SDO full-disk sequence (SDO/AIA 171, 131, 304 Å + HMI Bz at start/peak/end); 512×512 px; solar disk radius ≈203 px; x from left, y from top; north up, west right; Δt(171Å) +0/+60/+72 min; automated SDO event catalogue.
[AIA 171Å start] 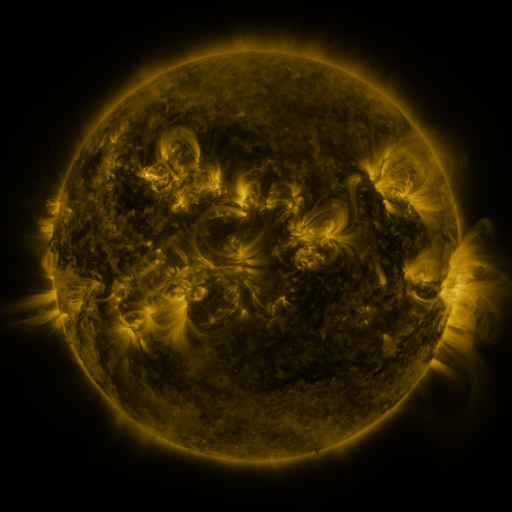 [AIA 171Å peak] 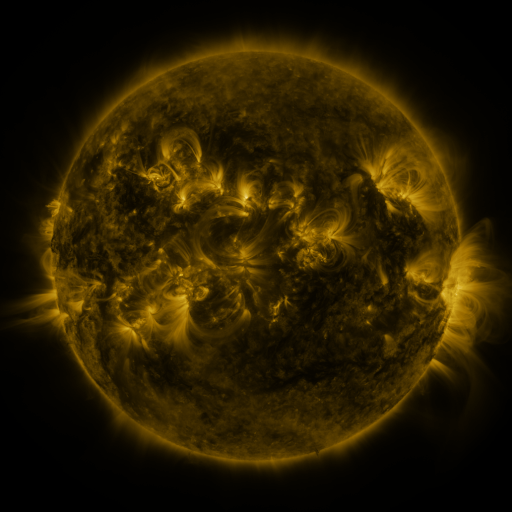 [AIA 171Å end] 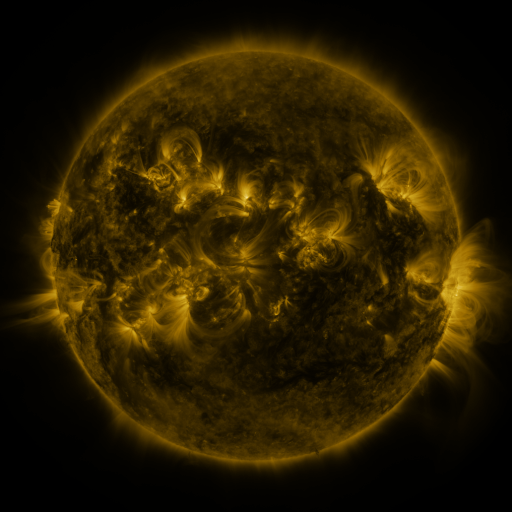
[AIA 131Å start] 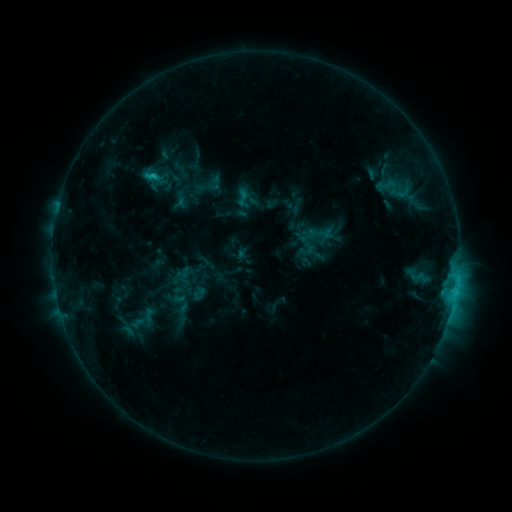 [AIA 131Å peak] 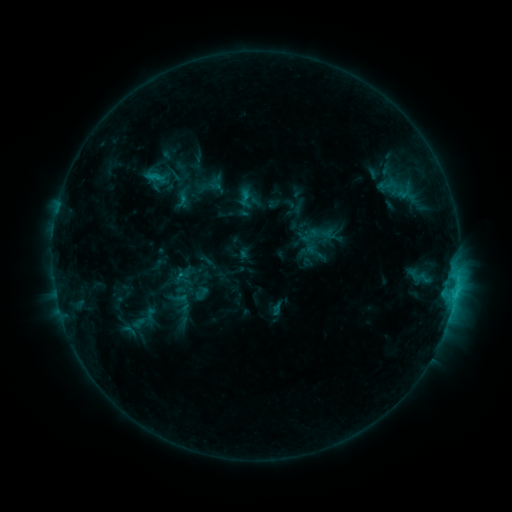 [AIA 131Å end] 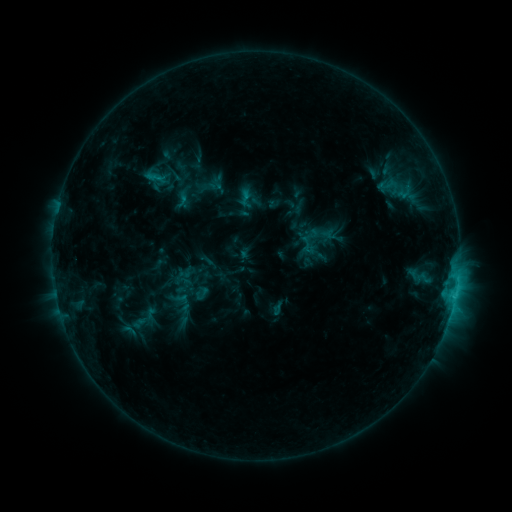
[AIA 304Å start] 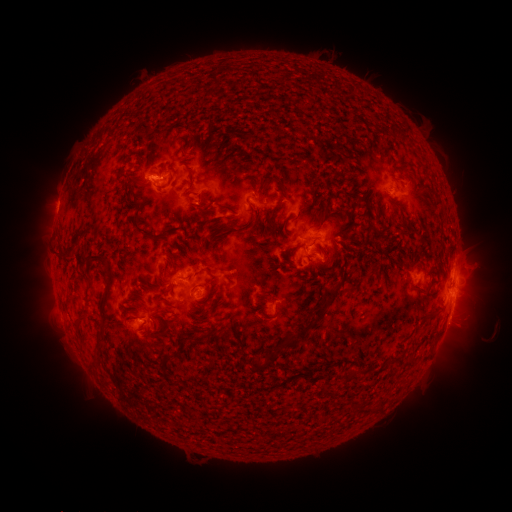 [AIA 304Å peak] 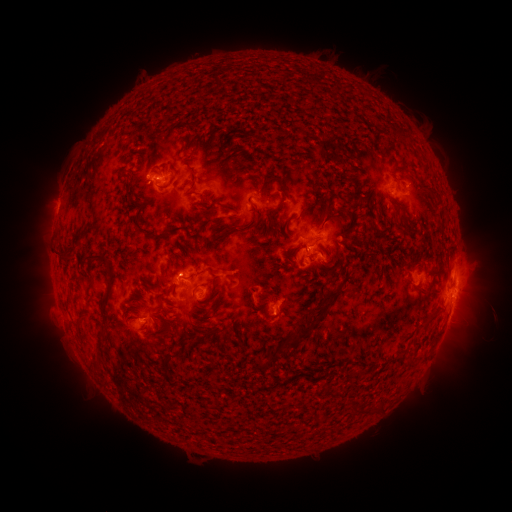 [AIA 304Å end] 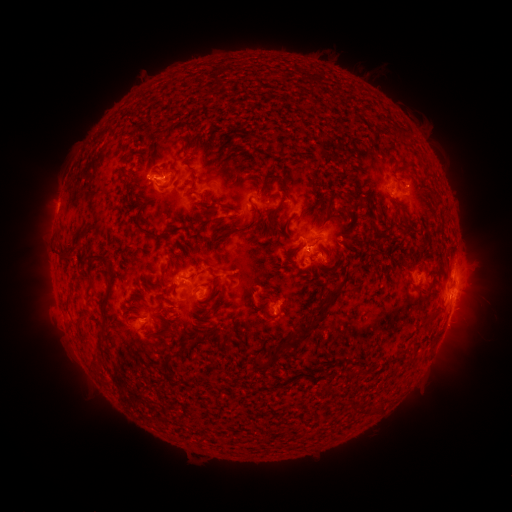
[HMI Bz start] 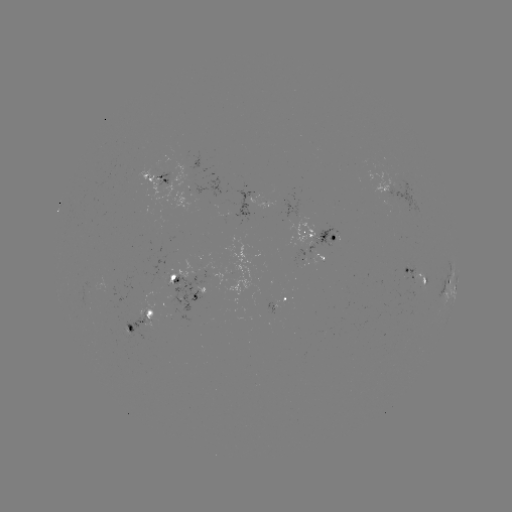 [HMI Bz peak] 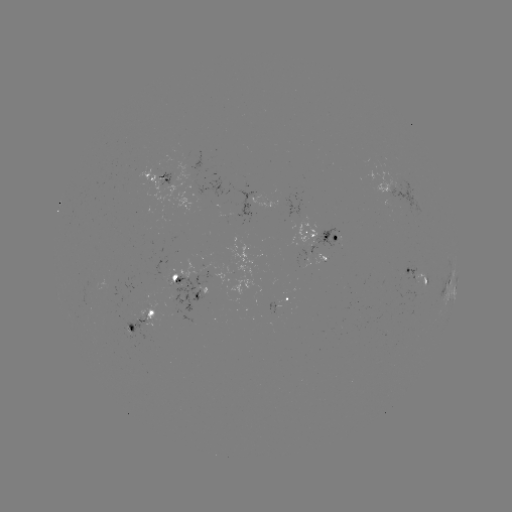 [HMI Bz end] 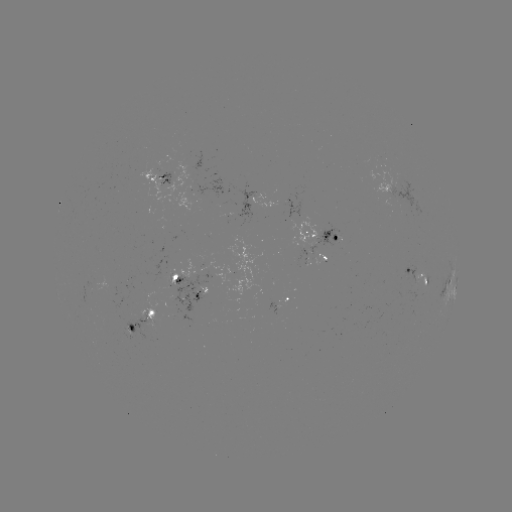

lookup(emerging-flux region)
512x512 (386, 190)